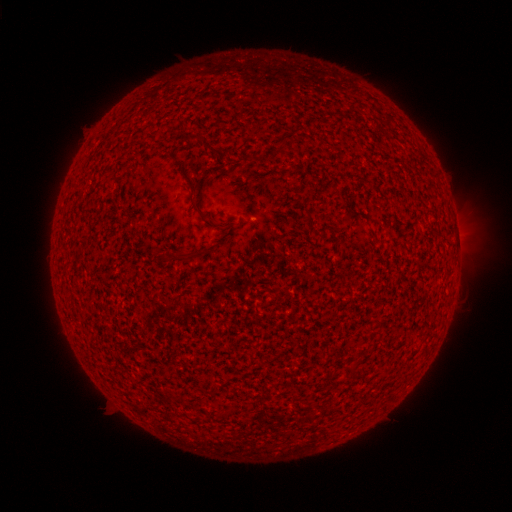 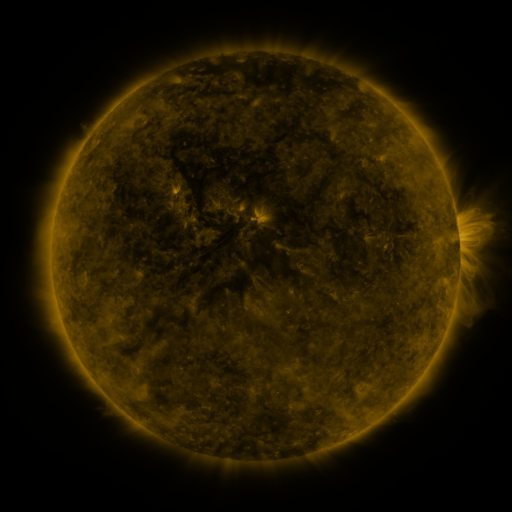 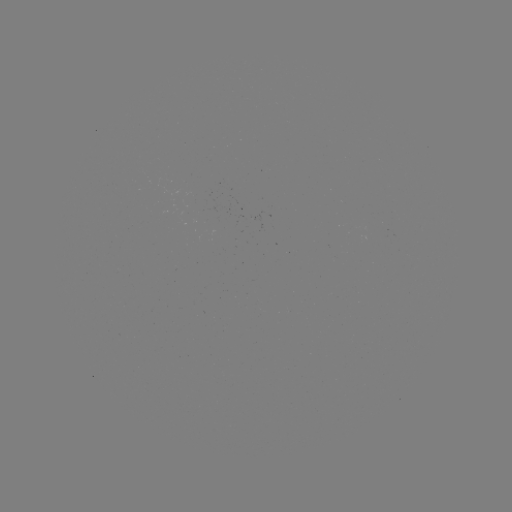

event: spotted active region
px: (256, 216)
